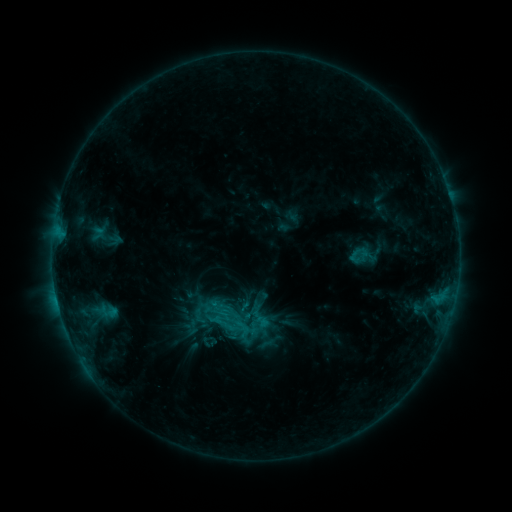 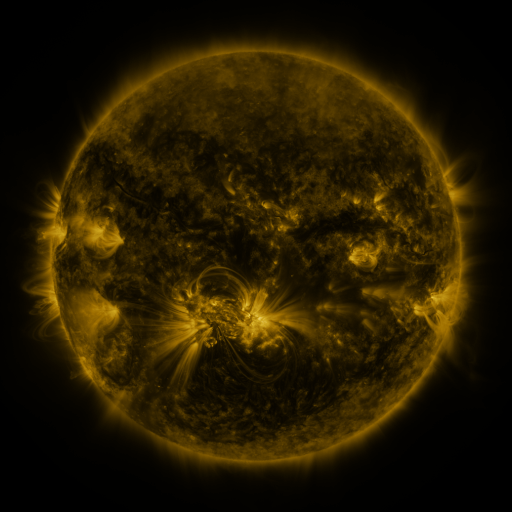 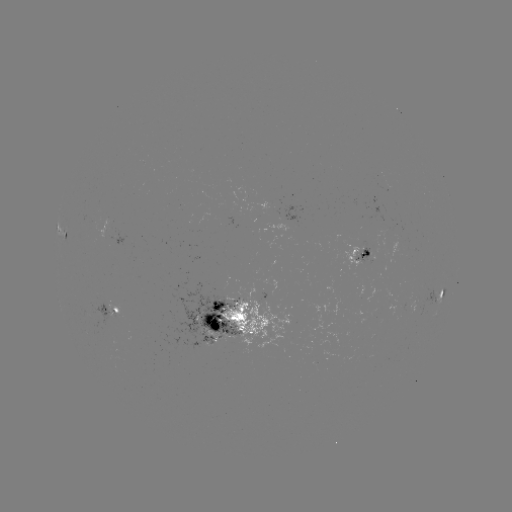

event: sigmoid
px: (227, 325)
